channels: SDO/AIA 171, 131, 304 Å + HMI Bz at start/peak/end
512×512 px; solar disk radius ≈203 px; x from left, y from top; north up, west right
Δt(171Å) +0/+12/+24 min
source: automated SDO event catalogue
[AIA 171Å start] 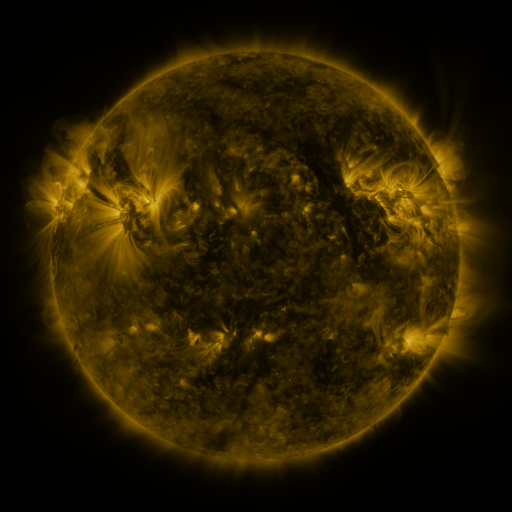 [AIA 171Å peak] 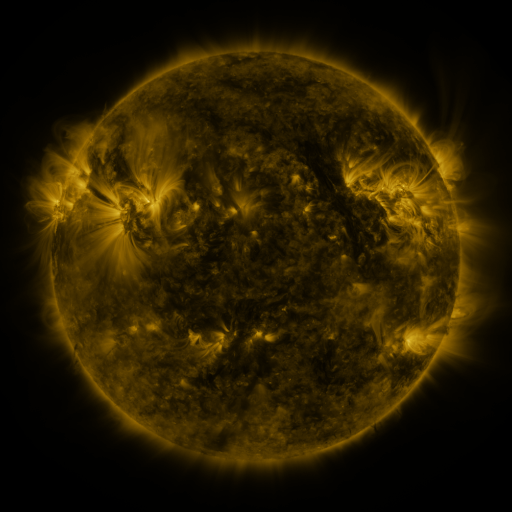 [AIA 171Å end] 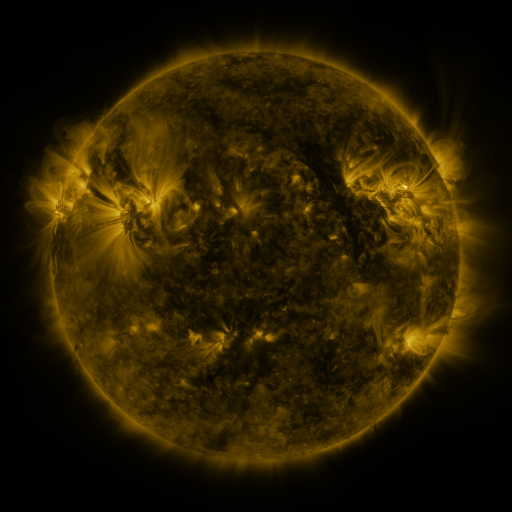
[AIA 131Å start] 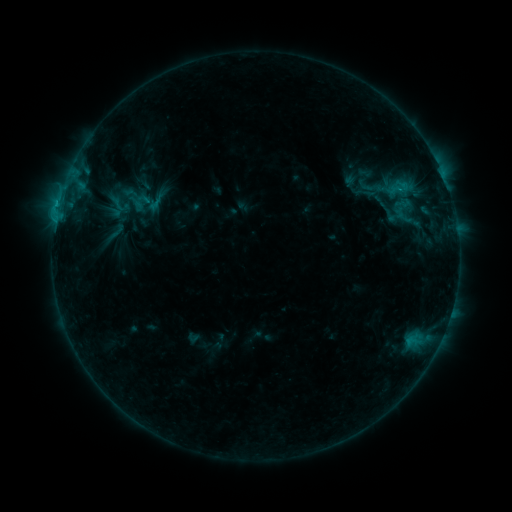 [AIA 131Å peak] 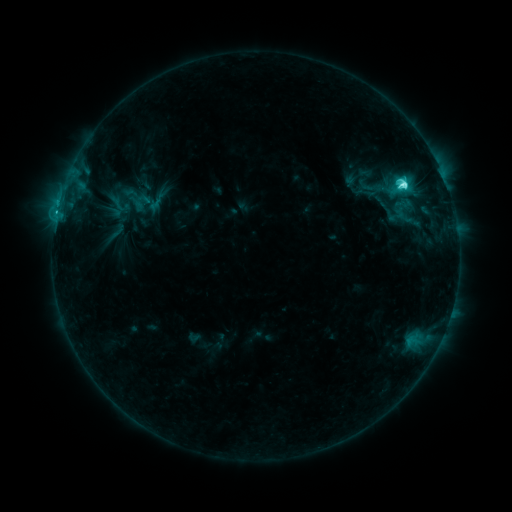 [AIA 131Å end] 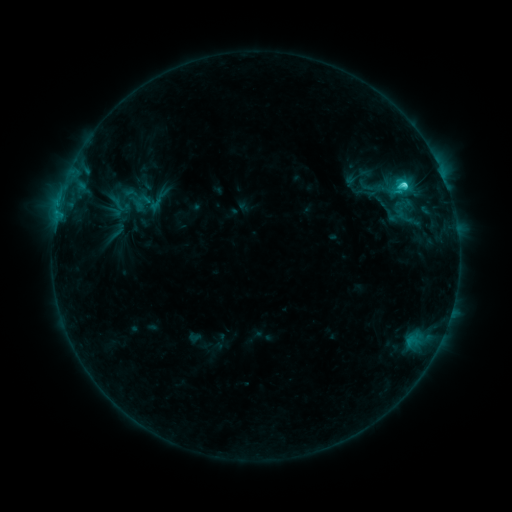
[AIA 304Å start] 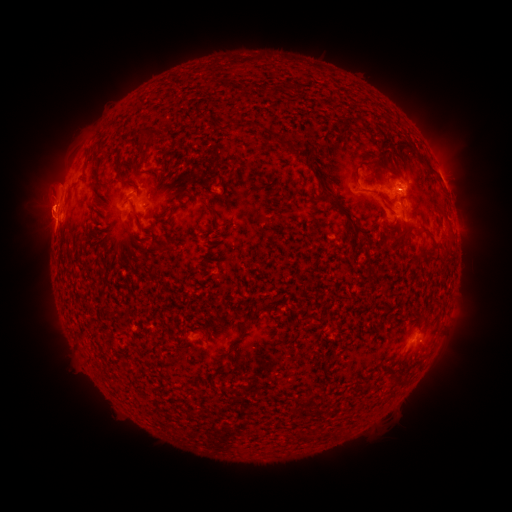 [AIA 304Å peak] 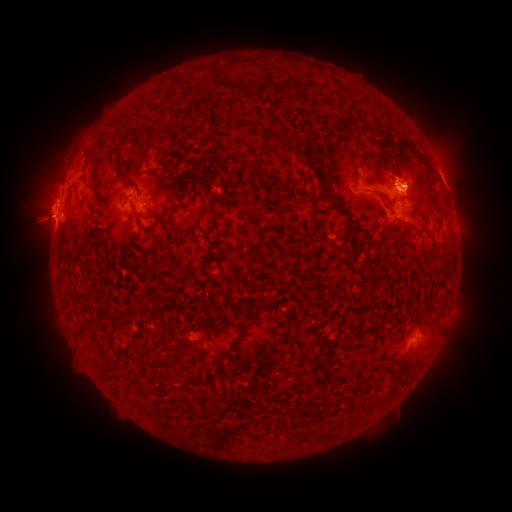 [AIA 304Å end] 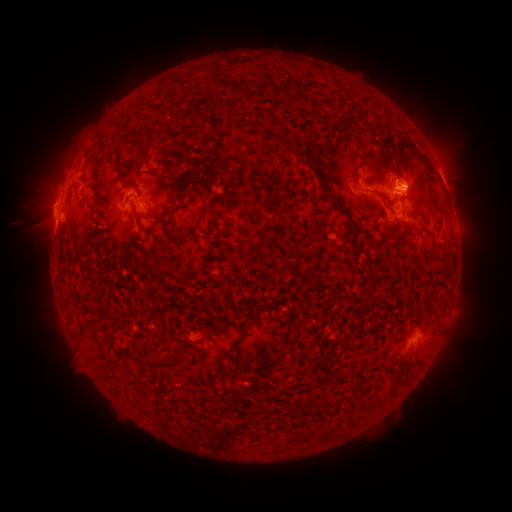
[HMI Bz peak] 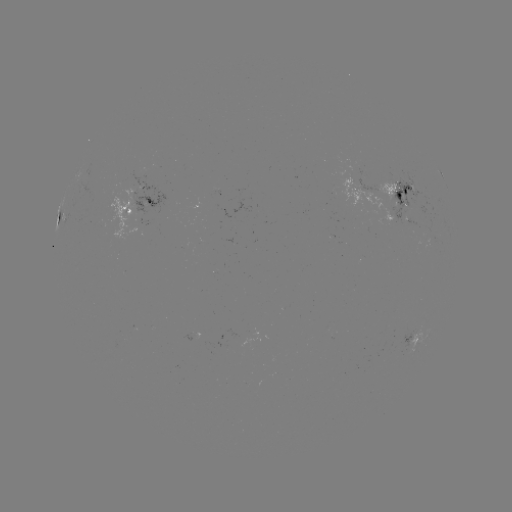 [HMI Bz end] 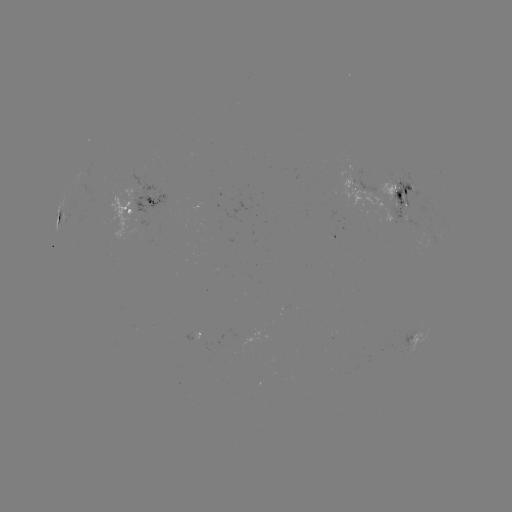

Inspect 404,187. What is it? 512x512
C6.6 flare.